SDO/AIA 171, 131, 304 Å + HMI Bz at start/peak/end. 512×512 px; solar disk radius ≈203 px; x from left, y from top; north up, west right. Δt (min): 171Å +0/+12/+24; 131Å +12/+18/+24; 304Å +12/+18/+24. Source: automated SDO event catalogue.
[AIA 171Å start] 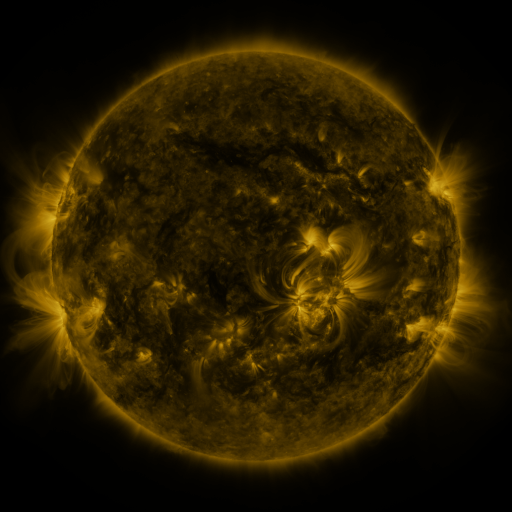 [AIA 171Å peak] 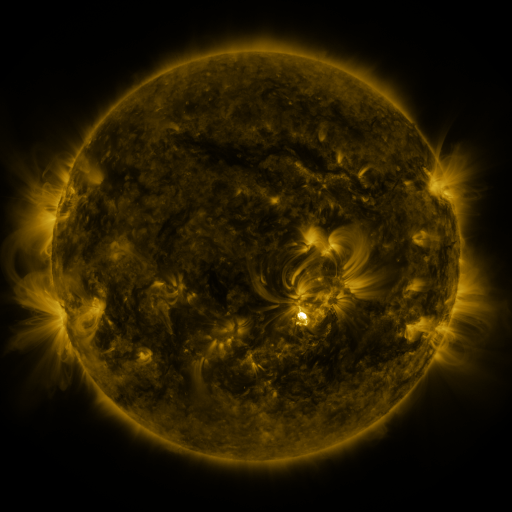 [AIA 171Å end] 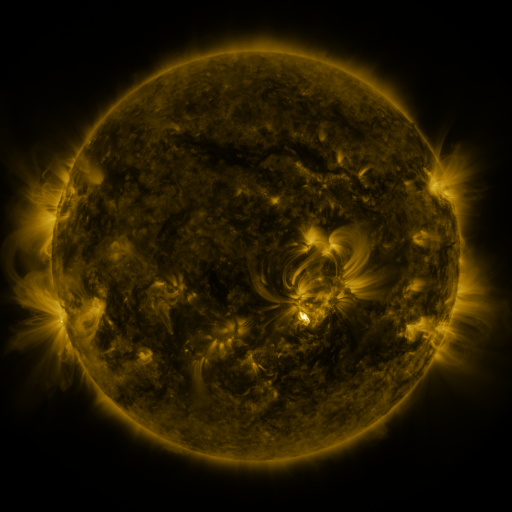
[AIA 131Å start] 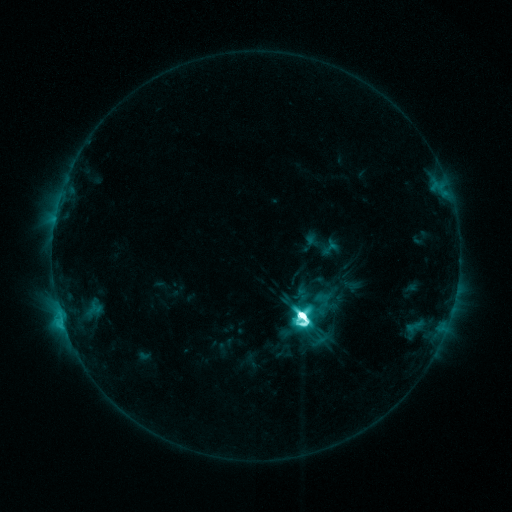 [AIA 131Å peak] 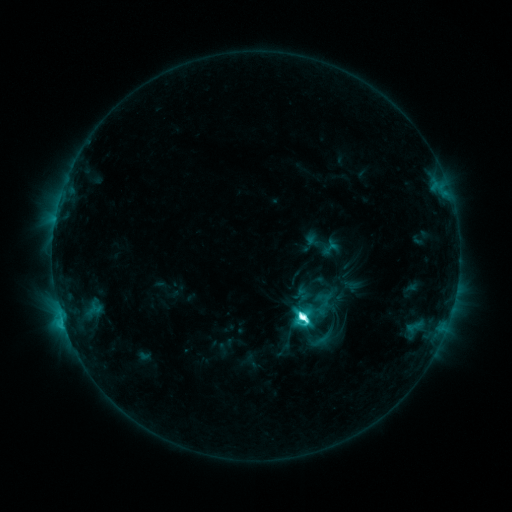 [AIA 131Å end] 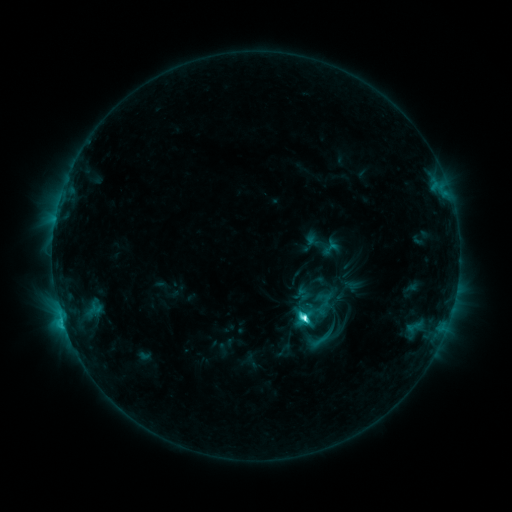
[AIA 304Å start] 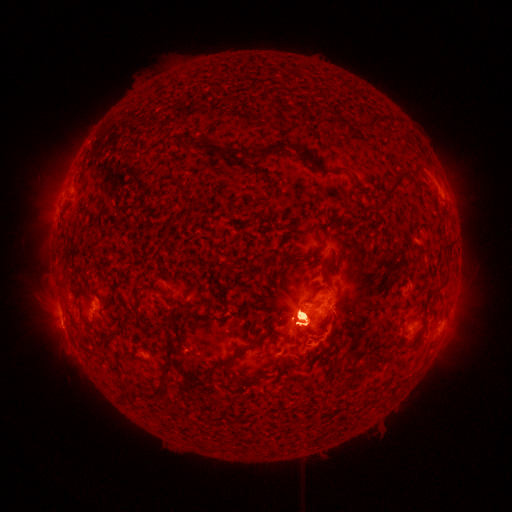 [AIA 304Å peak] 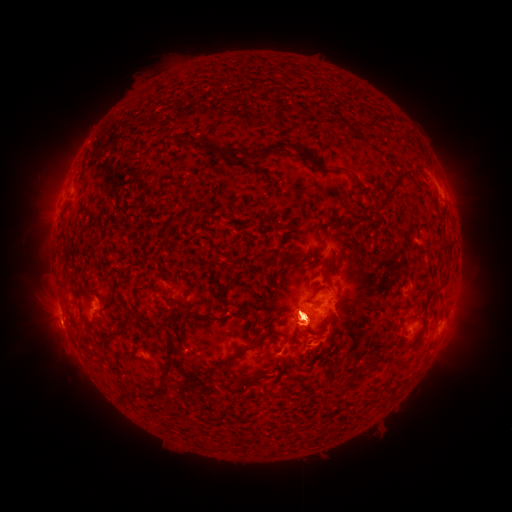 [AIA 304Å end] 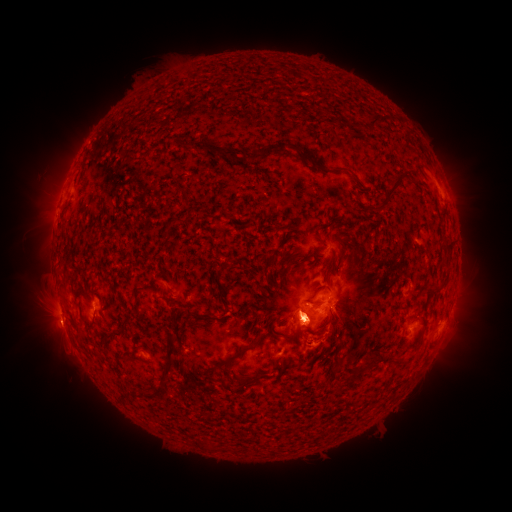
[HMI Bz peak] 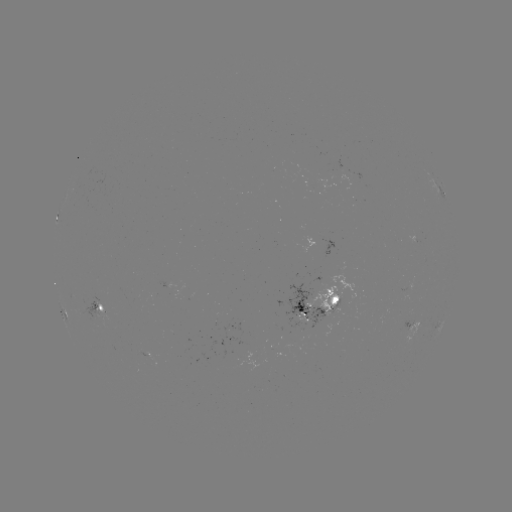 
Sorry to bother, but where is eruption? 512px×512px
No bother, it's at [46, 325].